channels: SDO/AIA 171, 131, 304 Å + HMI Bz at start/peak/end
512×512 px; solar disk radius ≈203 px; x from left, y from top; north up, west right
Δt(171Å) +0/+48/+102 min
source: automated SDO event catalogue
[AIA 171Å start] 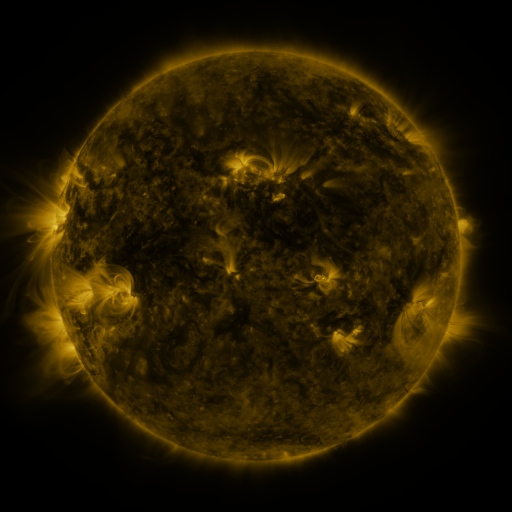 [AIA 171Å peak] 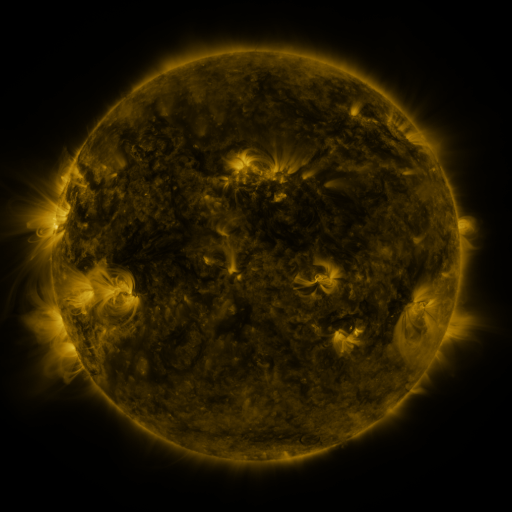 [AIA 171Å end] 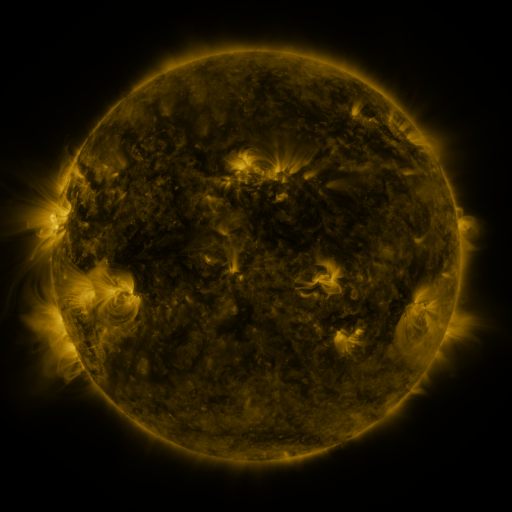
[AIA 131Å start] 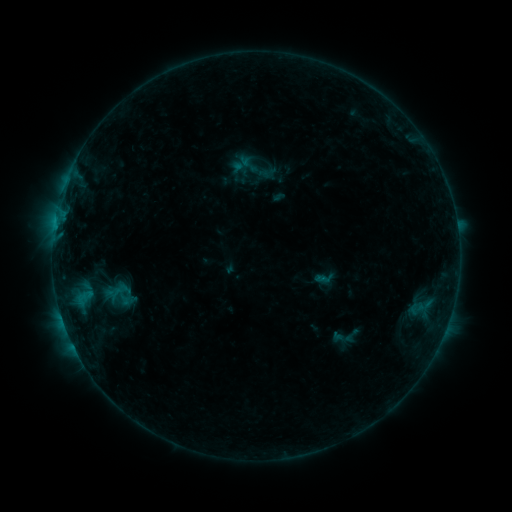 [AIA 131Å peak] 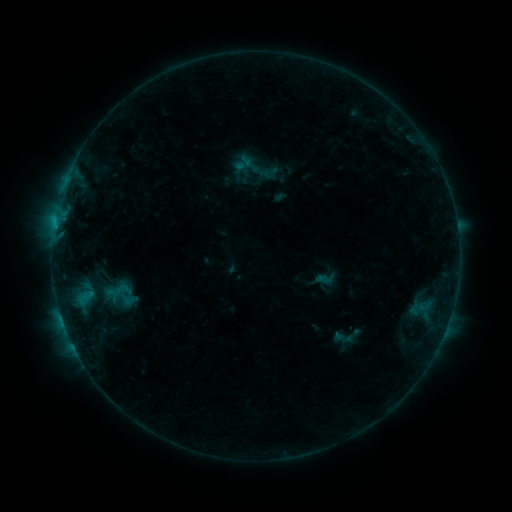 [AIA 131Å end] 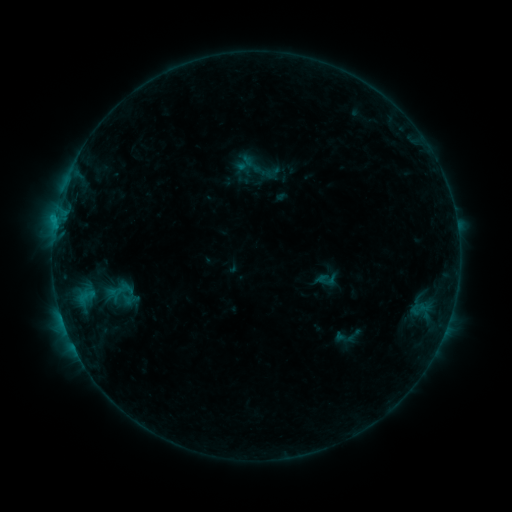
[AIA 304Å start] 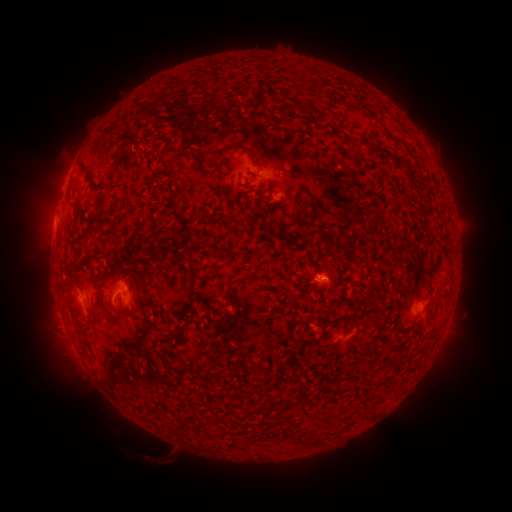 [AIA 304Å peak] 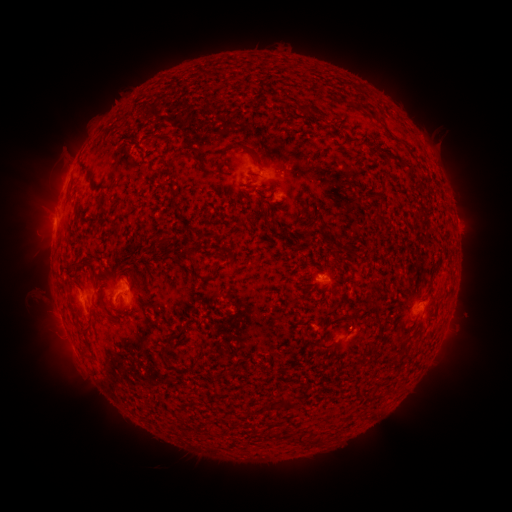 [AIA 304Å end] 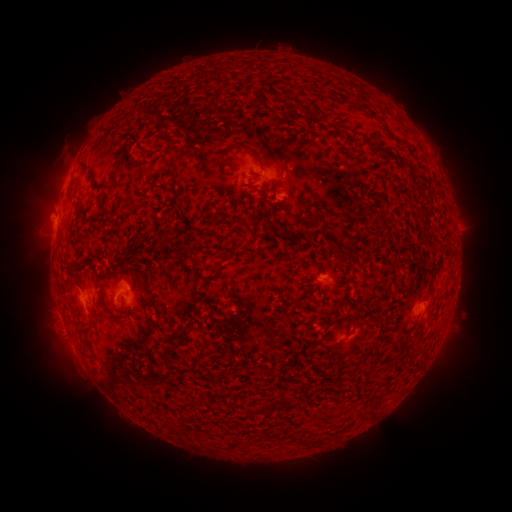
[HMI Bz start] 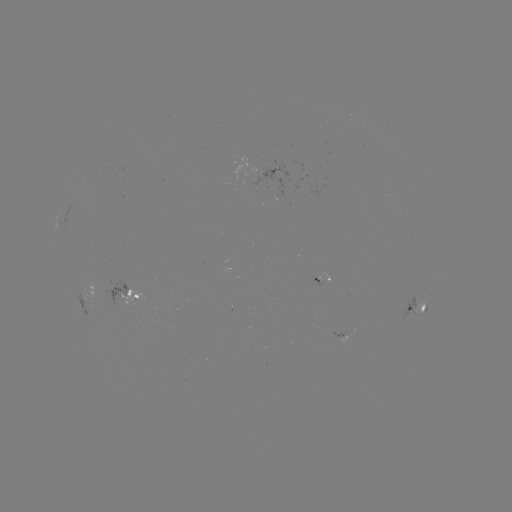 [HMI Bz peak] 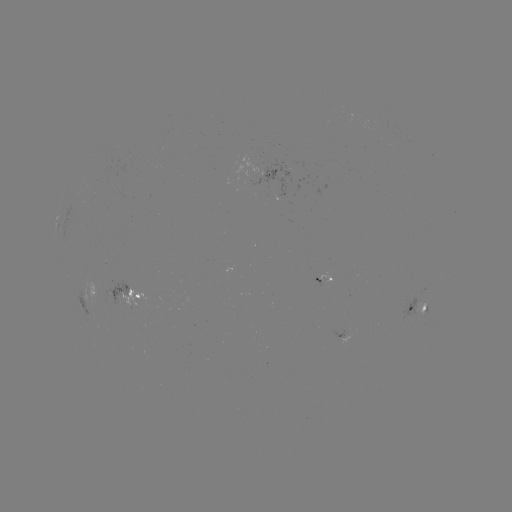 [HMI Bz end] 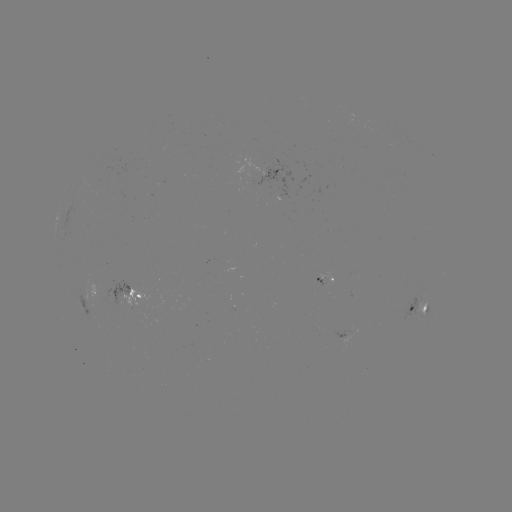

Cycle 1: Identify filament eruption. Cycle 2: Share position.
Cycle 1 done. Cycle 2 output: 47,305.